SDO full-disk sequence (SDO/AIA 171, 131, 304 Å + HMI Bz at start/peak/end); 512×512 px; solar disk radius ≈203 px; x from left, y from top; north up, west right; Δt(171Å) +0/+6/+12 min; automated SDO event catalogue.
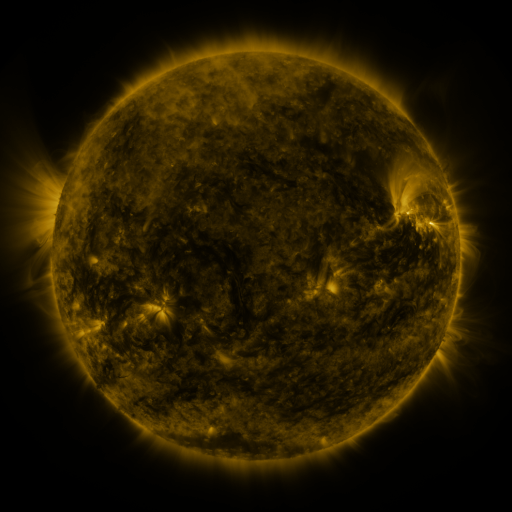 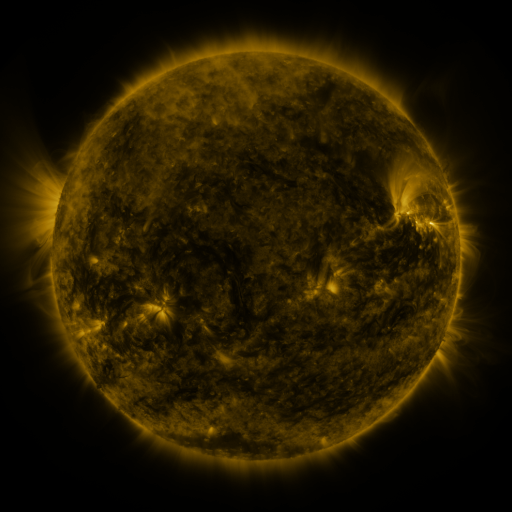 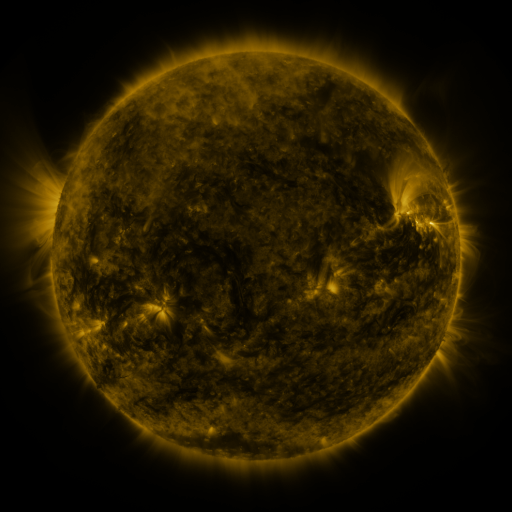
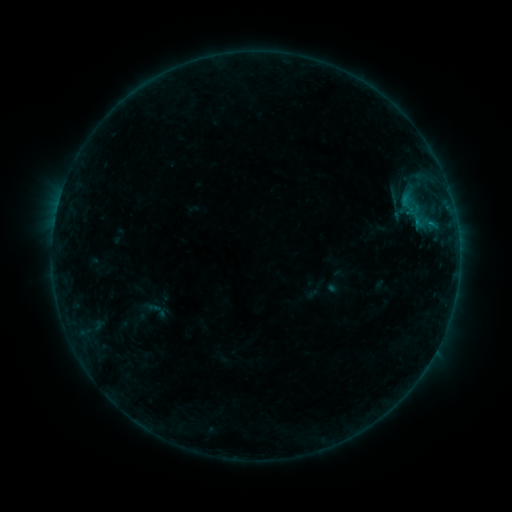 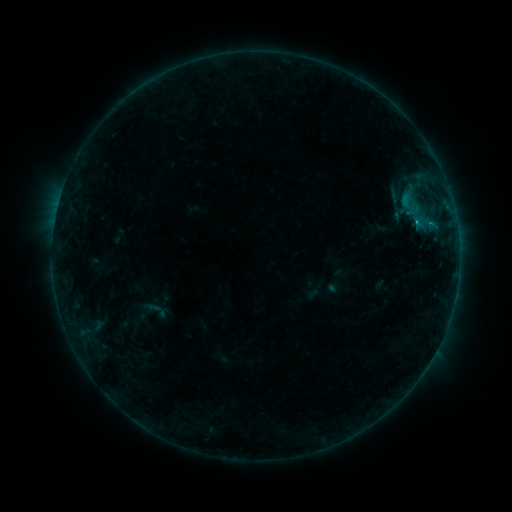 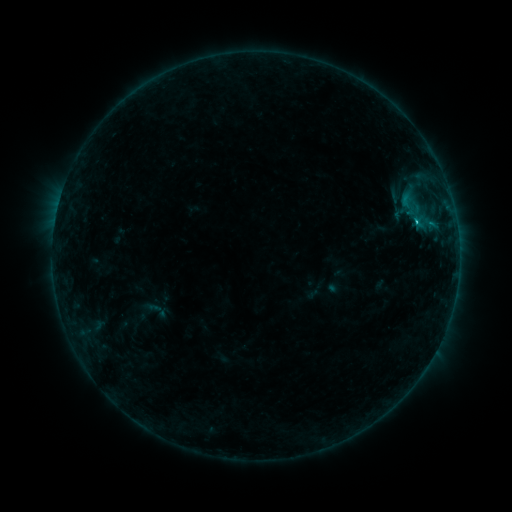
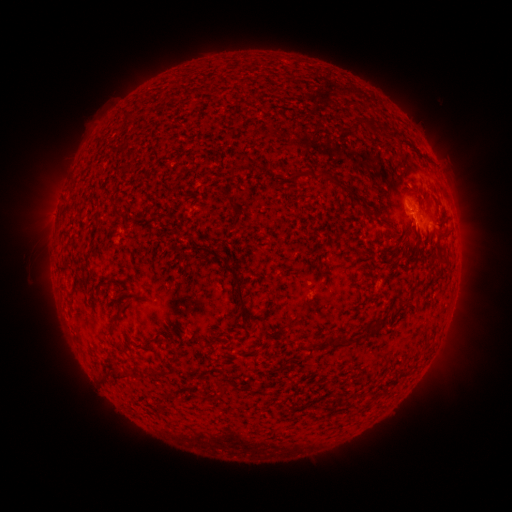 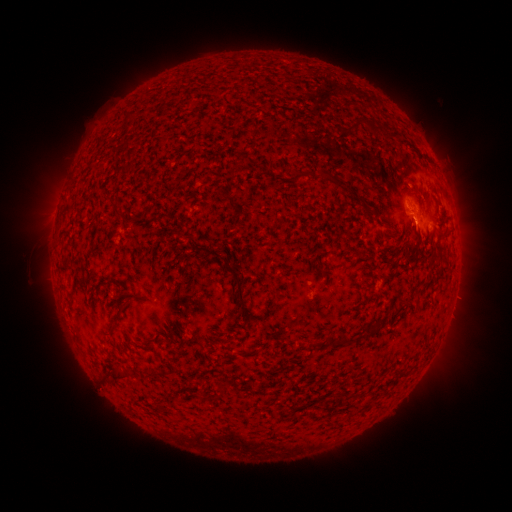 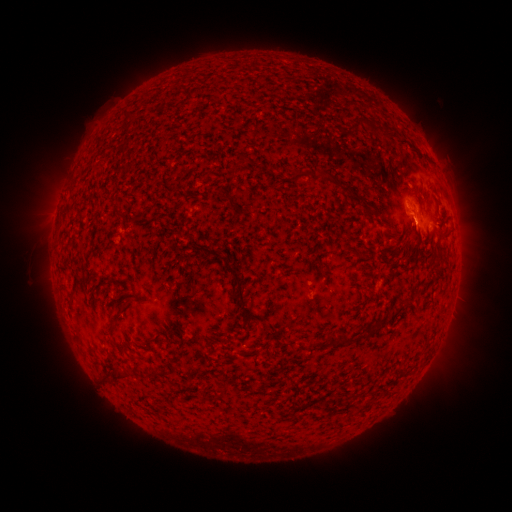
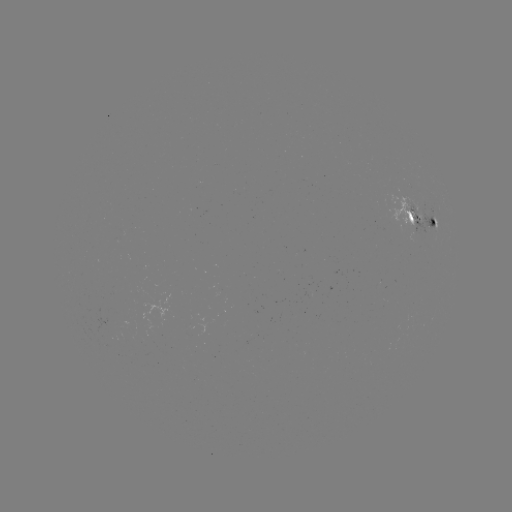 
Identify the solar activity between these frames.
B7.9 flare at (416, 225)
